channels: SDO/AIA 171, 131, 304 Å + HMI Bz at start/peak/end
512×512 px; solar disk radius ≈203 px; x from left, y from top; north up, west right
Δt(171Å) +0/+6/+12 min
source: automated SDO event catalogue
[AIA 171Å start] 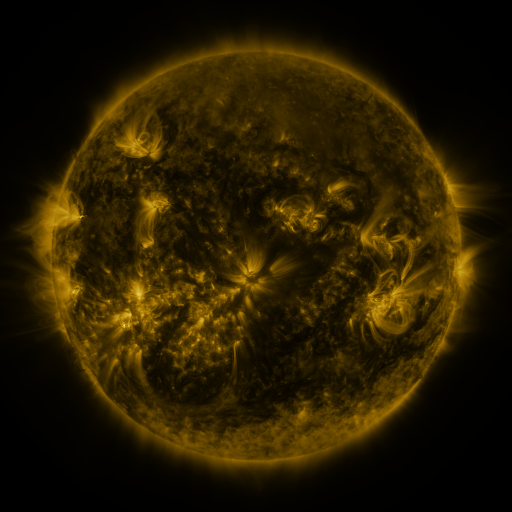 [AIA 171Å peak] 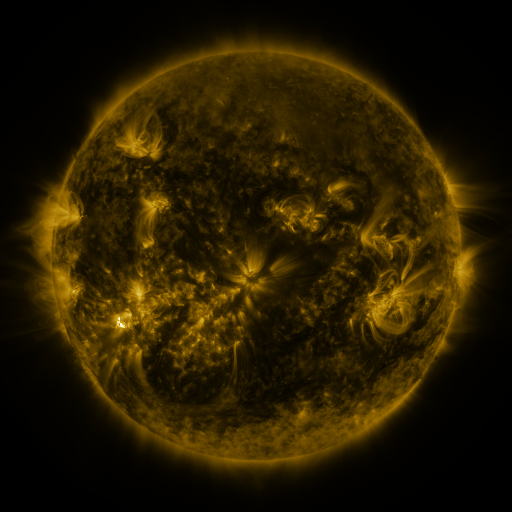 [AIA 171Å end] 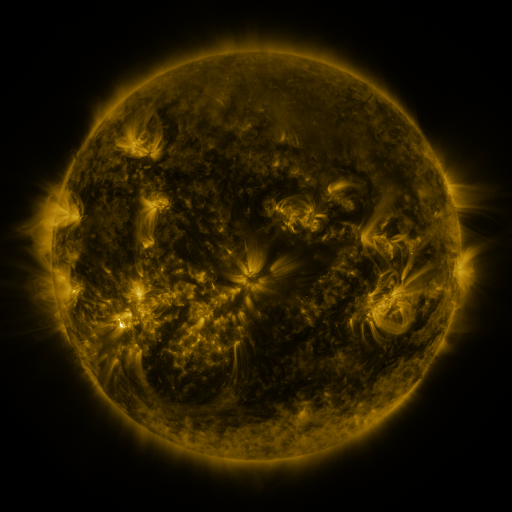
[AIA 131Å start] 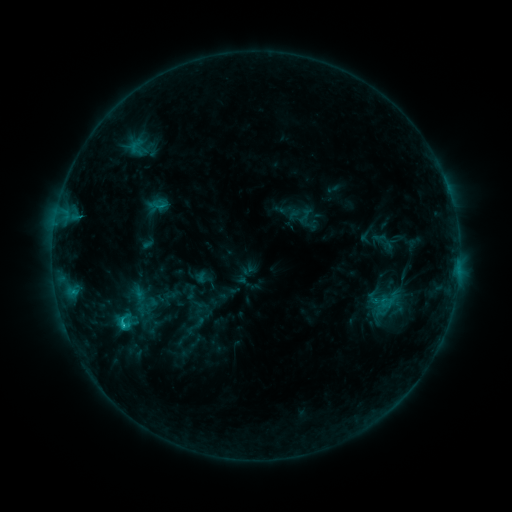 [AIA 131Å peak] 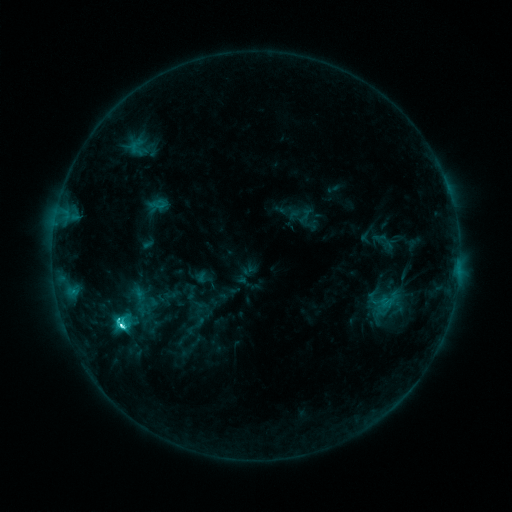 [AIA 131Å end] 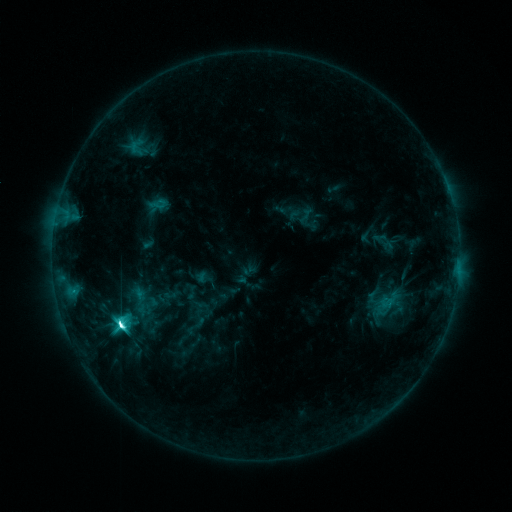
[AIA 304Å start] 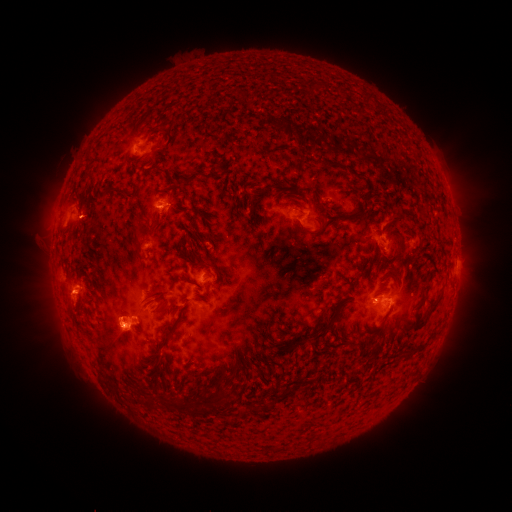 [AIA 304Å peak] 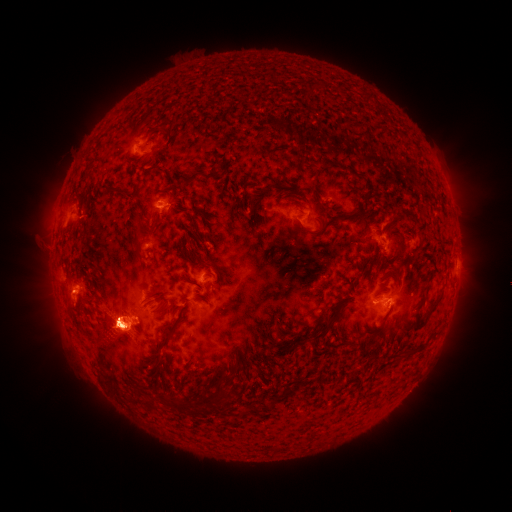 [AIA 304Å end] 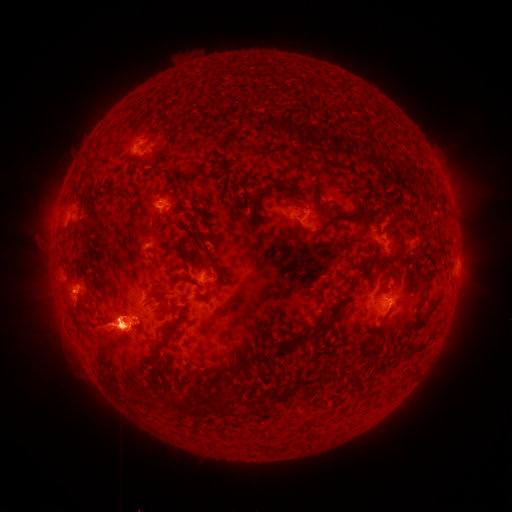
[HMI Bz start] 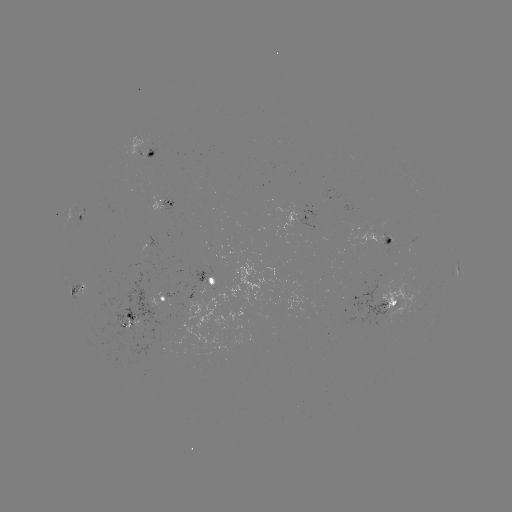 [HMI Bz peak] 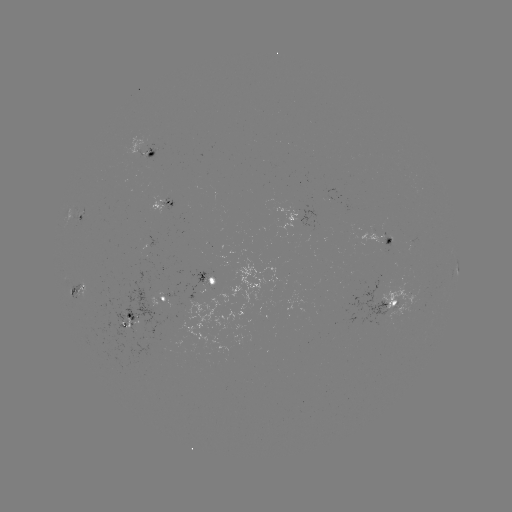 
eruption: <bbox>37, 213, 191, 403</bbox>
